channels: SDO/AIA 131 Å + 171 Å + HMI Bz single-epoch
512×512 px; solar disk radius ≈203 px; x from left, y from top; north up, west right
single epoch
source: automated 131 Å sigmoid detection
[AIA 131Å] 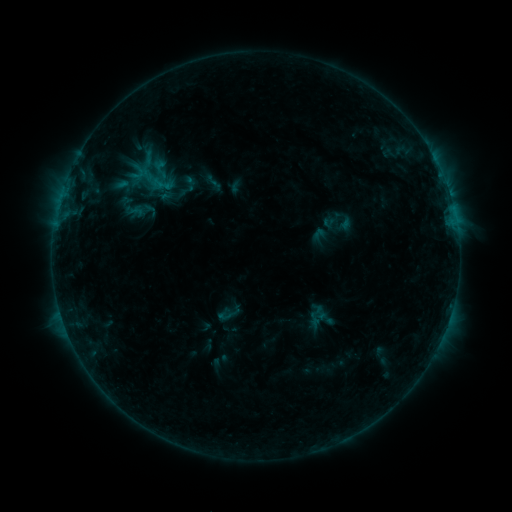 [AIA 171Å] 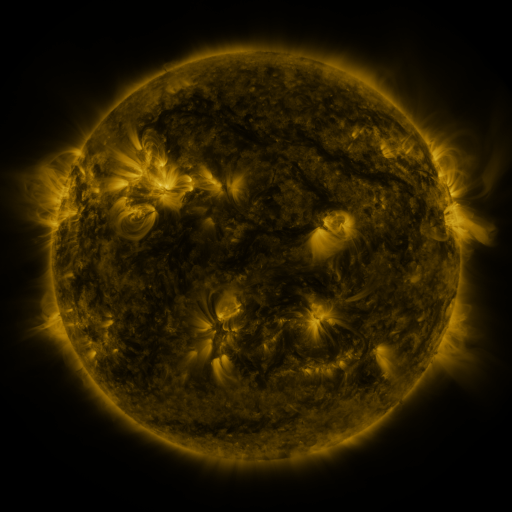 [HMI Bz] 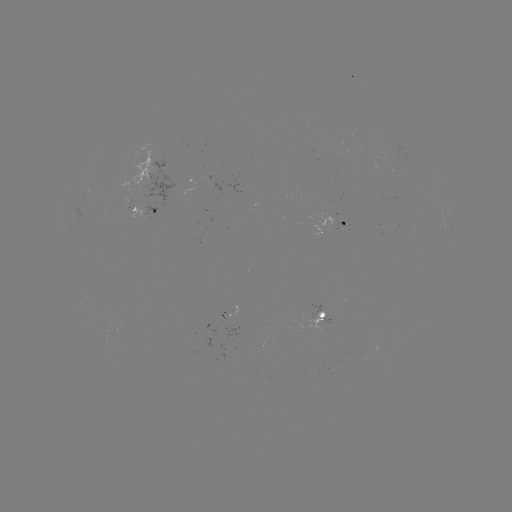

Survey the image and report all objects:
sigmoid: [177, 170, 194, 188]
sigmoid: [217, 306, 237, 324]
